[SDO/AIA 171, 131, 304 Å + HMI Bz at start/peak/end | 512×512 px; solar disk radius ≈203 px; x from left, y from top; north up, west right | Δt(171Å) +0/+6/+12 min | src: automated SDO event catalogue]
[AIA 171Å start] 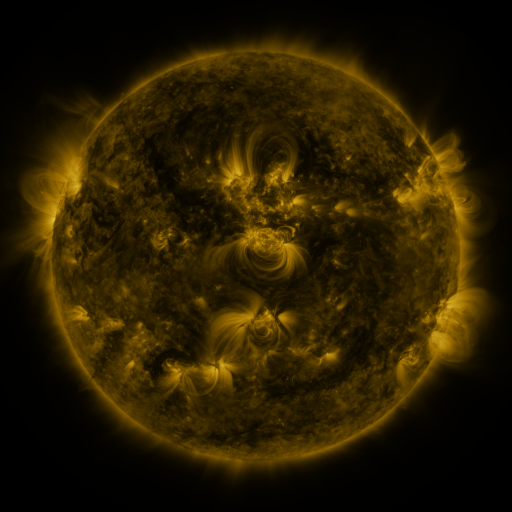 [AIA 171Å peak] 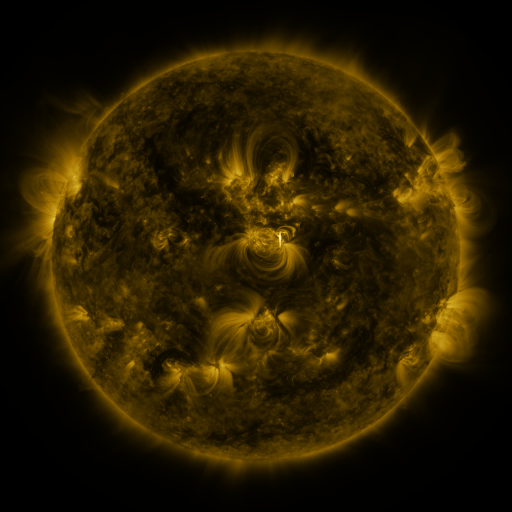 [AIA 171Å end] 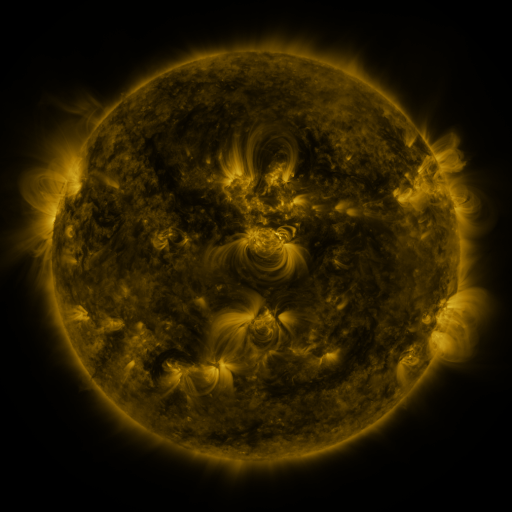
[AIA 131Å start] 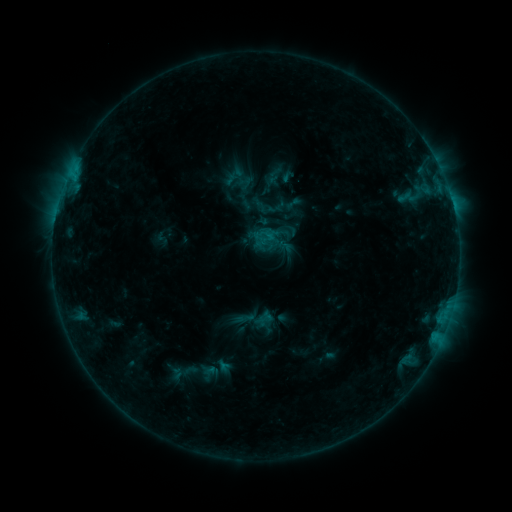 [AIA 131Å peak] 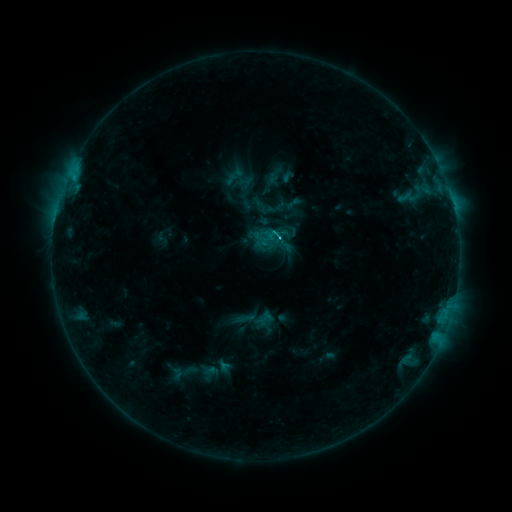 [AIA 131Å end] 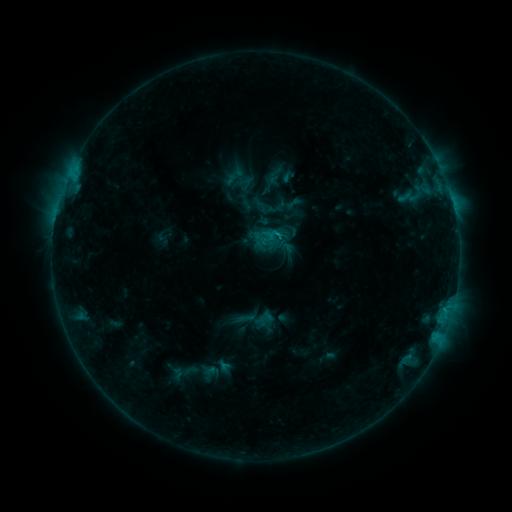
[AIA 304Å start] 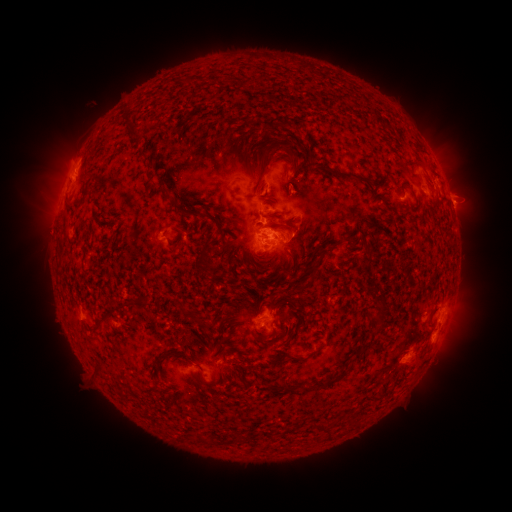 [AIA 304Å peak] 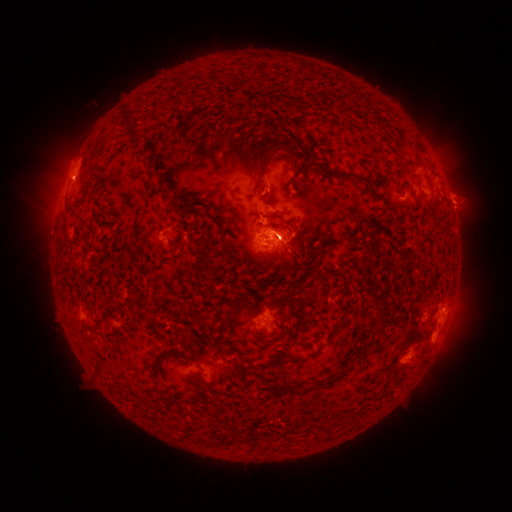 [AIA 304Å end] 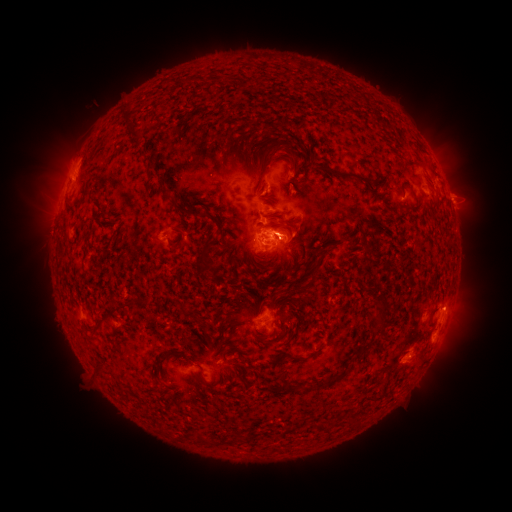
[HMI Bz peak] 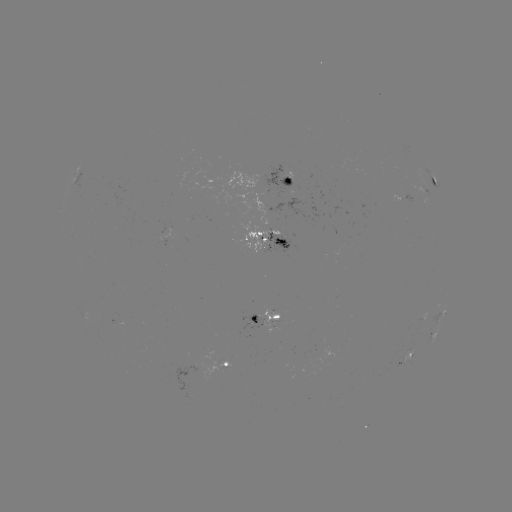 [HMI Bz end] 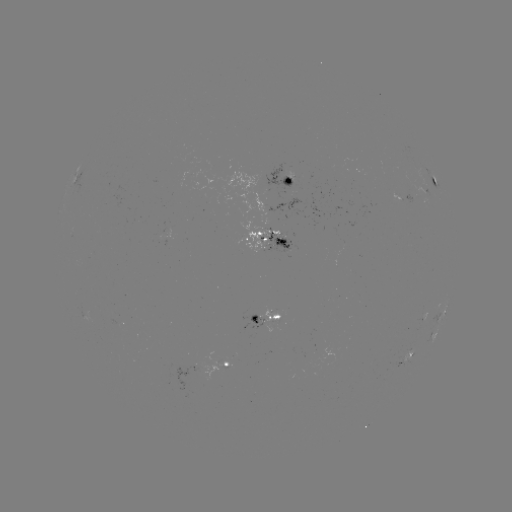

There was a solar eruption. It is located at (455, 316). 